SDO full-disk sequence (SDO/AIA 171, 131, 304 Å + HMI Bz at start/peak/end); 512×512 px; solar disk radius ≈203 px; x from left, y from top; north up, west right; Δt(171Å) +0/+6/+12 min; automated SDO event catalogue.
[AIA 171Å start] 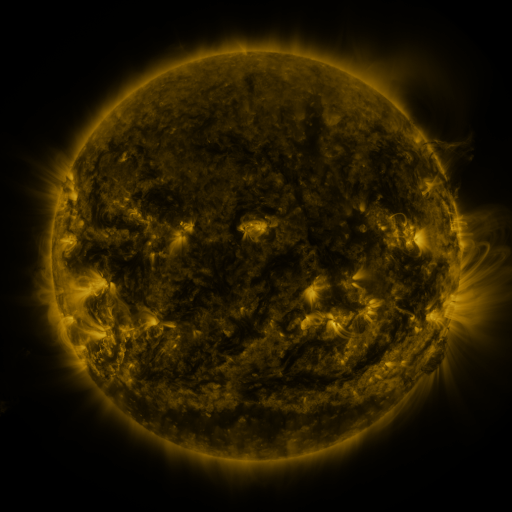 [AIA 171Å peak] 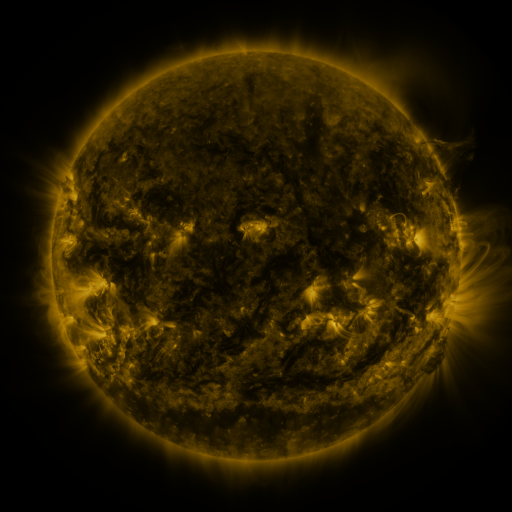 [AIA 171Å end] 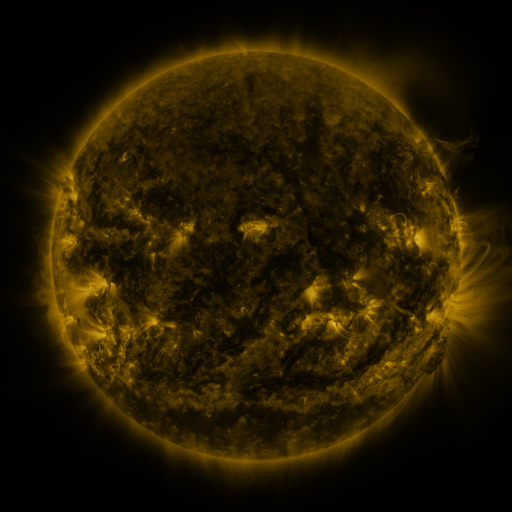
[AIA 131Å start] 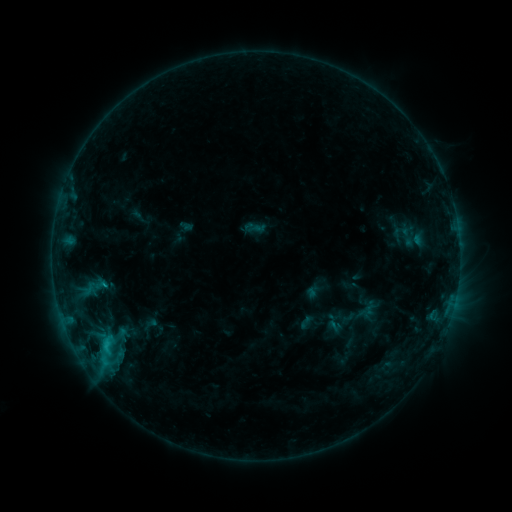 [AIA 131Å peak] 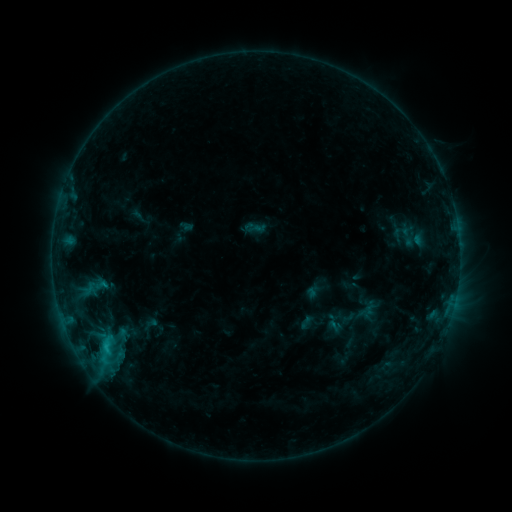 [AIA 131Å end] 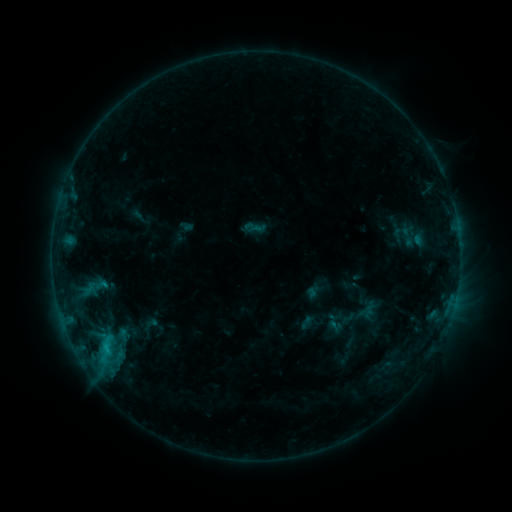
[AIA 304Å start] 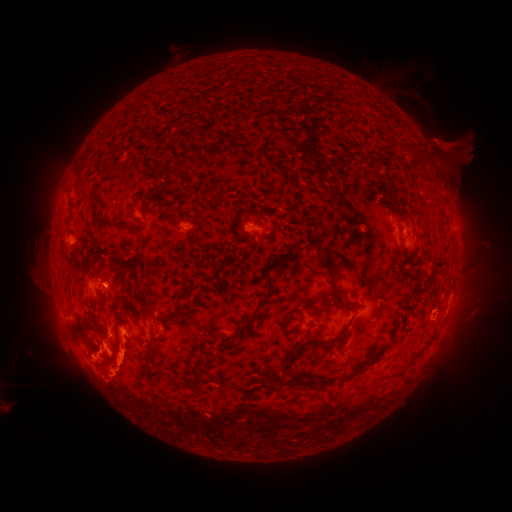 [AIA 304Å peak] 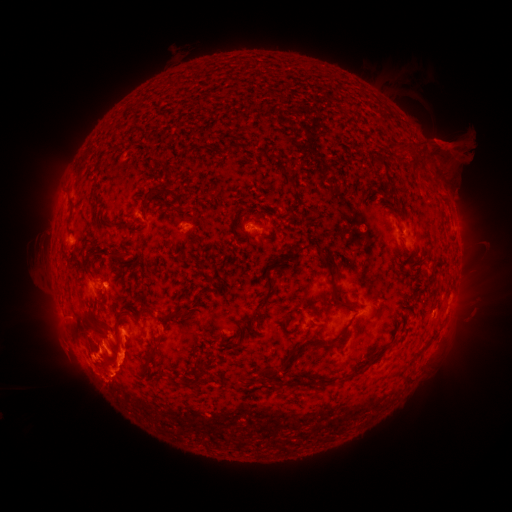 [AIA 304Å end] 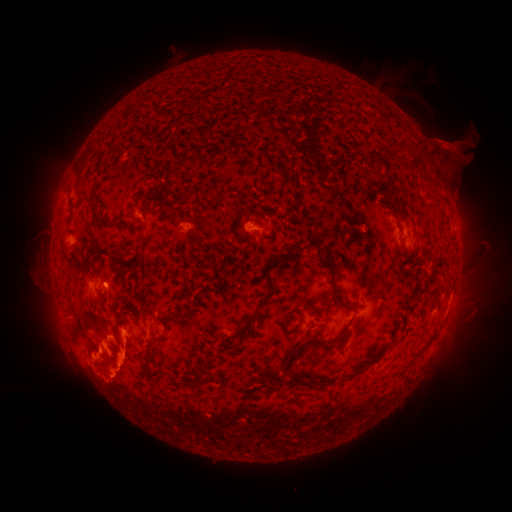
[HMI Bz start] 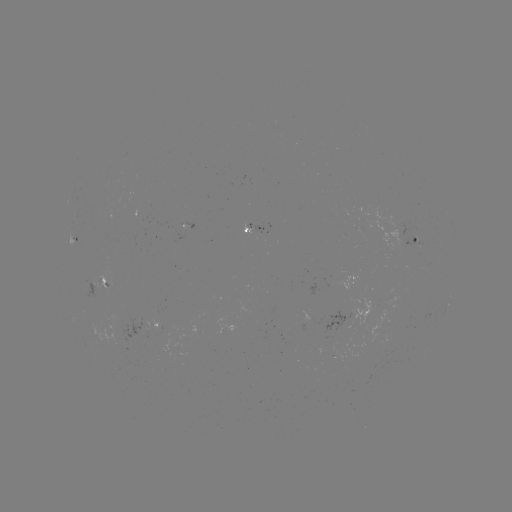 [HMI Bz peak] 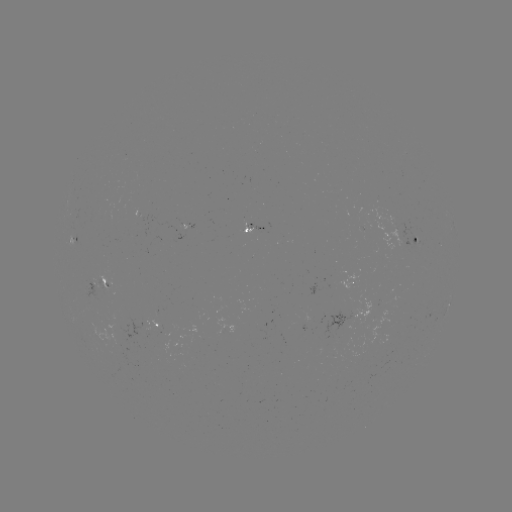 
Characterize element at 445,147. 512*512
eruption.